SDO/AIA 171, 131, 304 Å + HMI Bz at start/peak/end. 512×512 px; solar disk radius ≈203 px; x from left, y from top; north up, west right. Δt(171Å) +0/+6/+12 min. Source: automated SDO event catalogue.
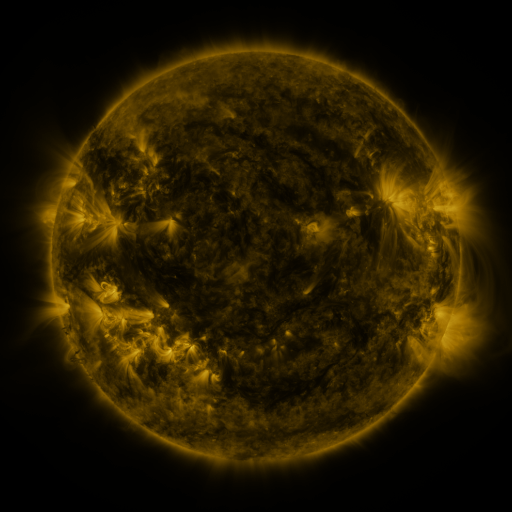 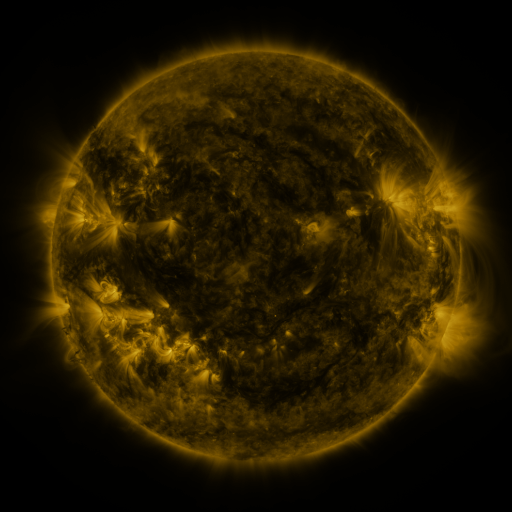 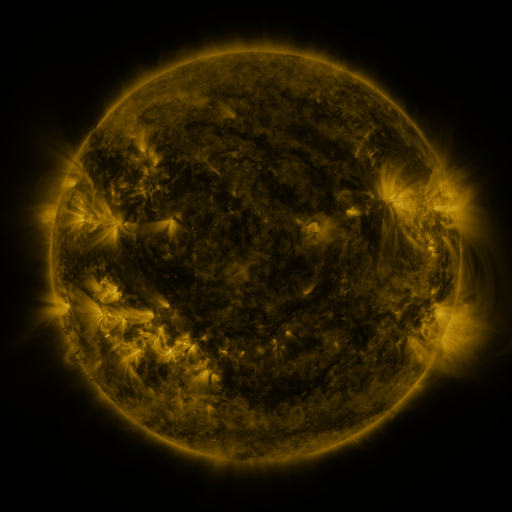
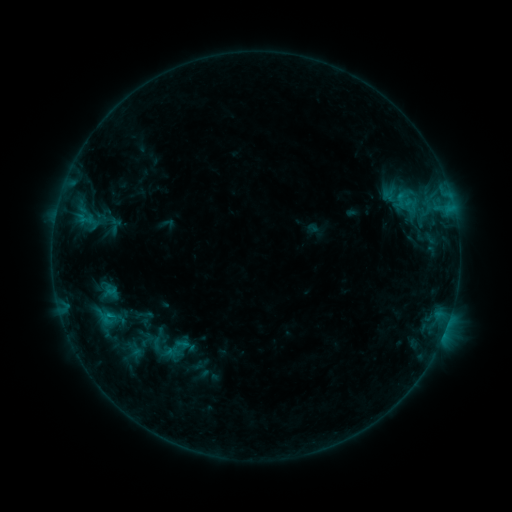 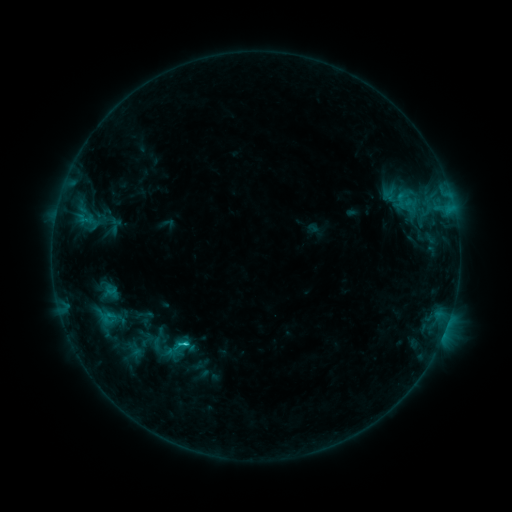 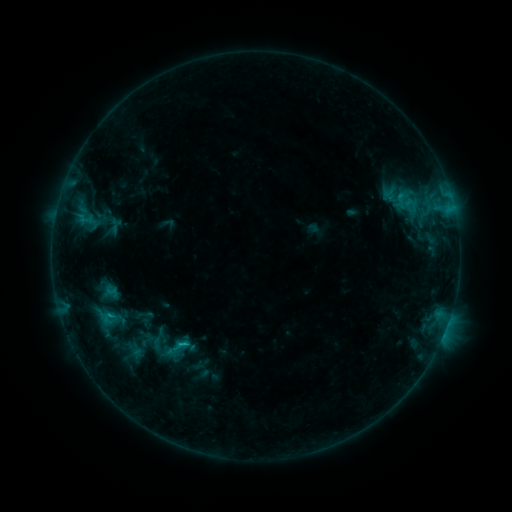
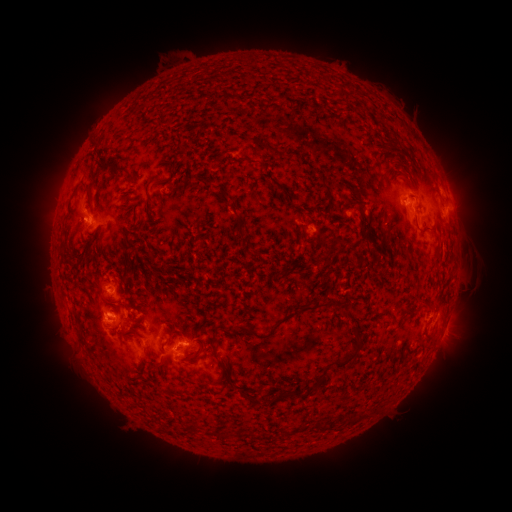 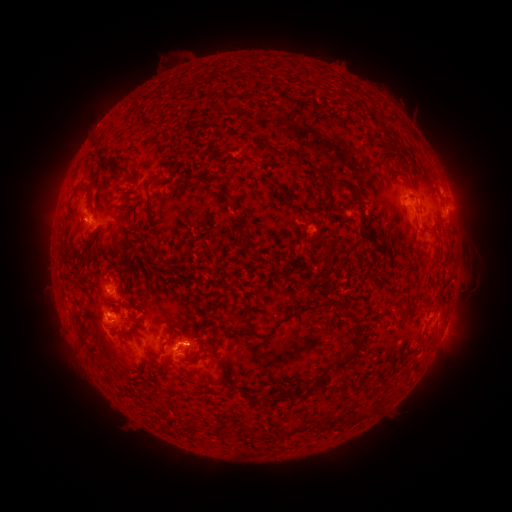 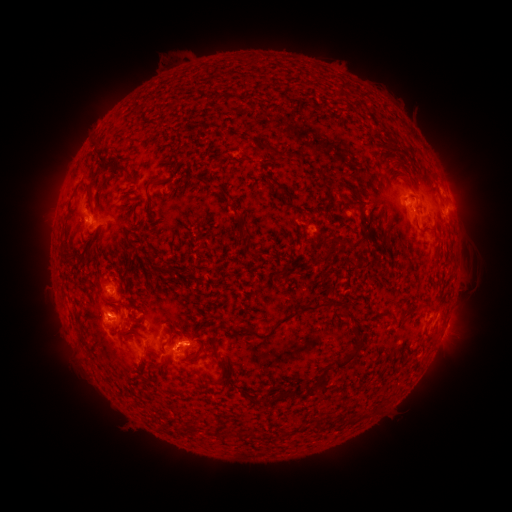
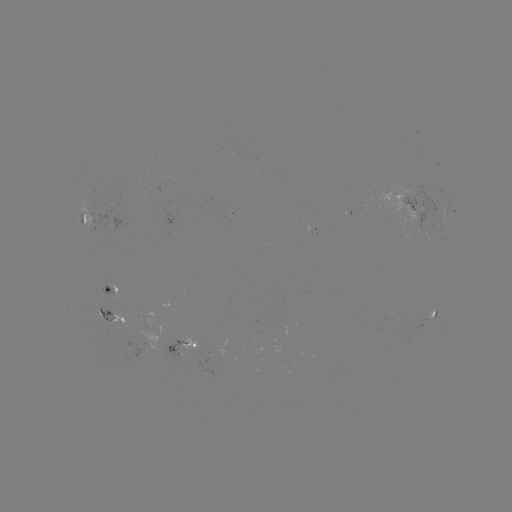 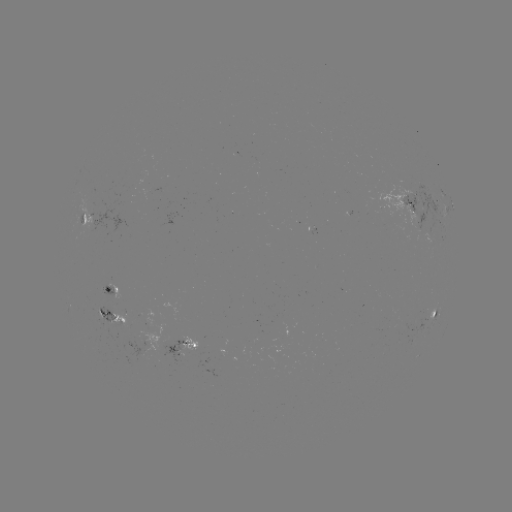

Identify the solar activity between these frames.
C1.1 flare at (189, 340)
